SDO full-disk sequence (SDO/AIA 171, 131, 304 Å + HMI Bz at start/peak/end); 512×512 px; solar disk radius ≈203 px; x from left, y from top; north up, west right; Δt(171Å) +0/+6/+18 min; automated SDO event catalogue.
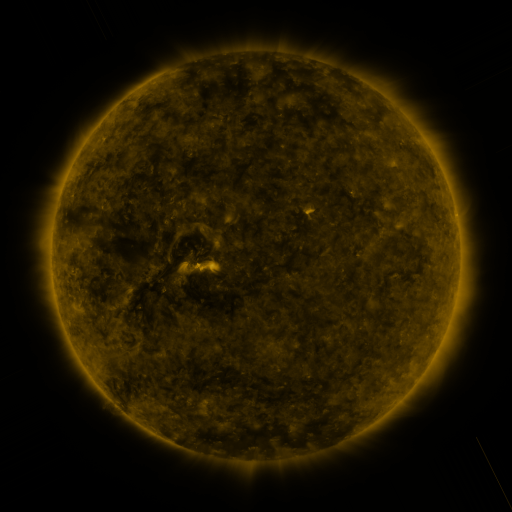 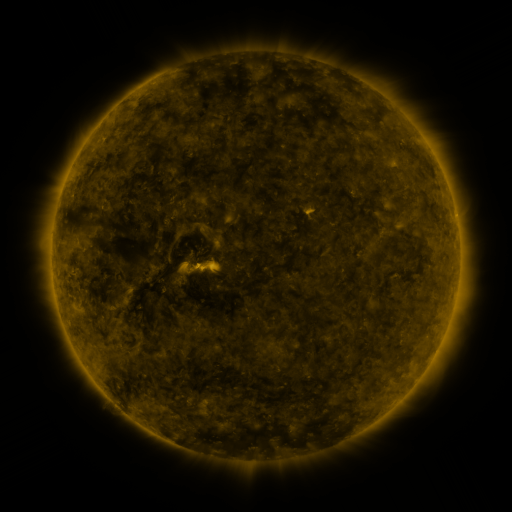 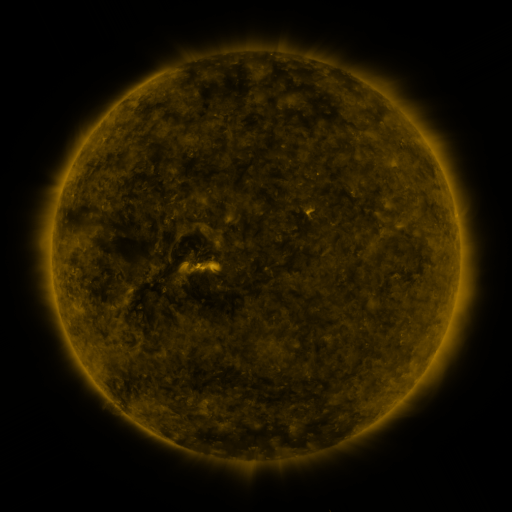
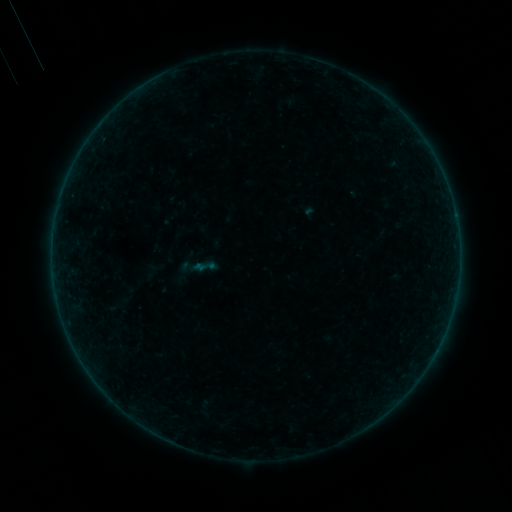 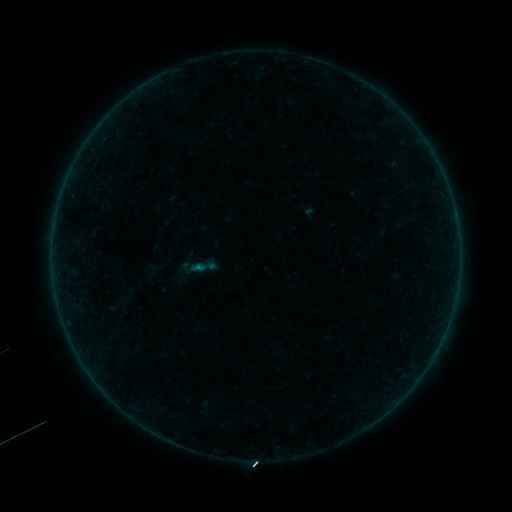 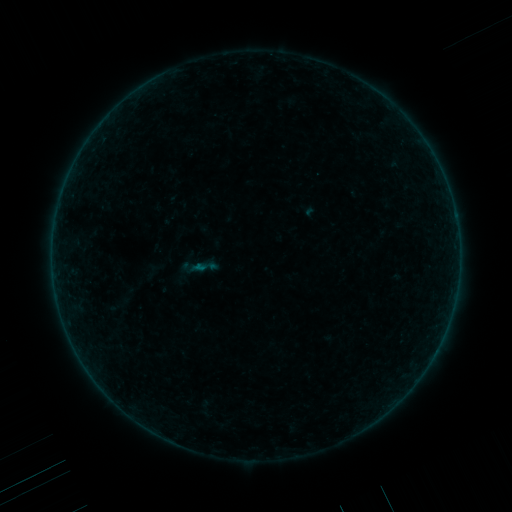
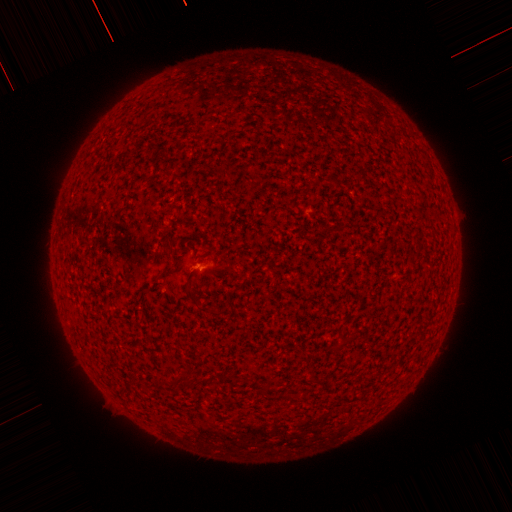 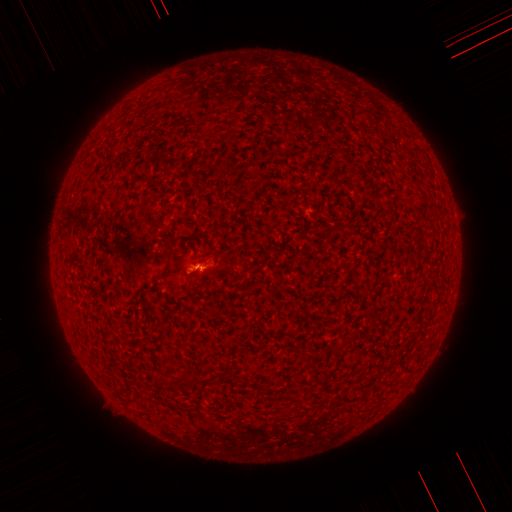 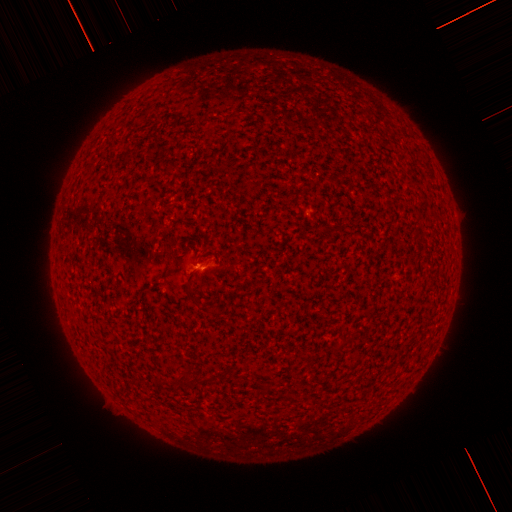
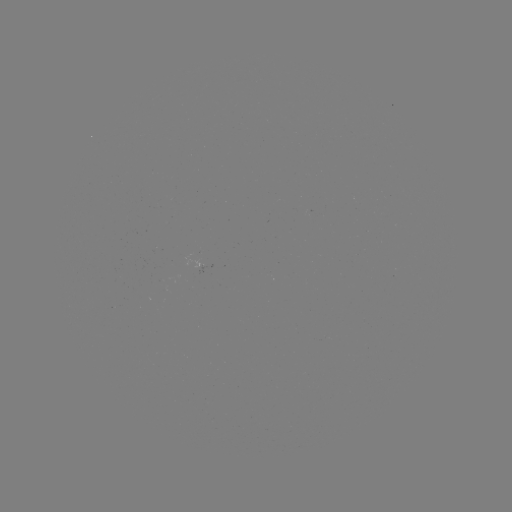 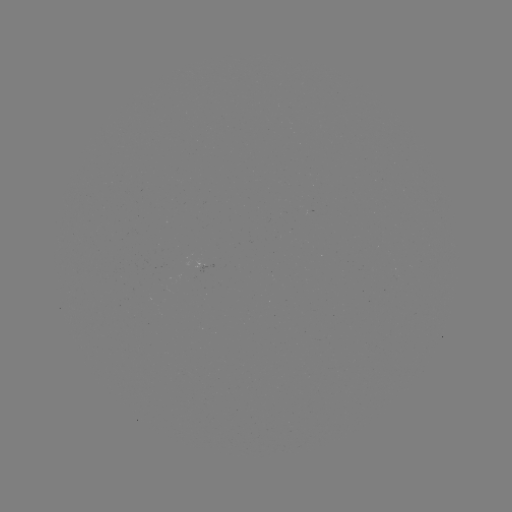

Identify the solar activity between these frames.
B1.2 flare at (200, 266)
